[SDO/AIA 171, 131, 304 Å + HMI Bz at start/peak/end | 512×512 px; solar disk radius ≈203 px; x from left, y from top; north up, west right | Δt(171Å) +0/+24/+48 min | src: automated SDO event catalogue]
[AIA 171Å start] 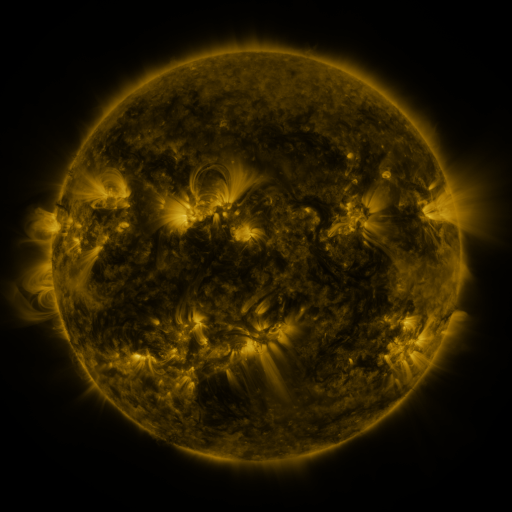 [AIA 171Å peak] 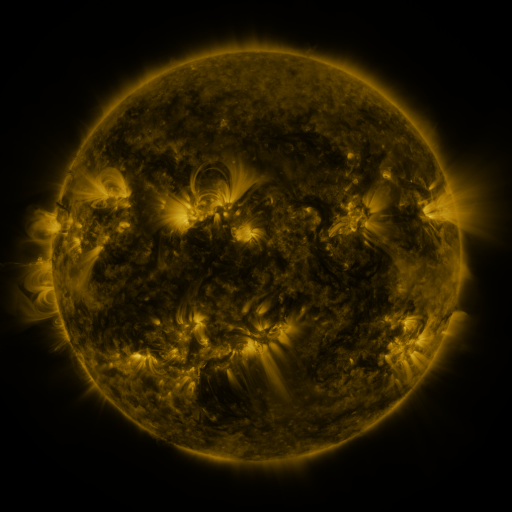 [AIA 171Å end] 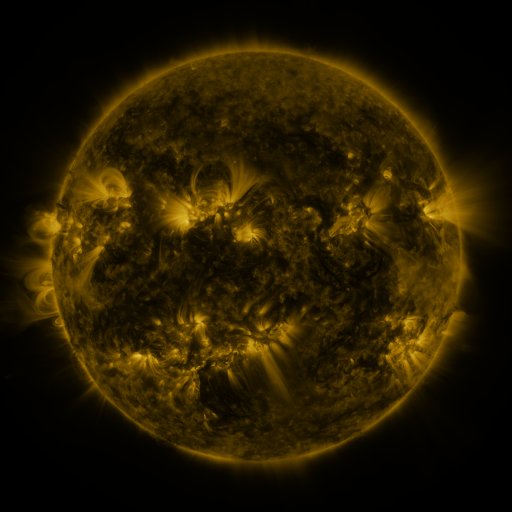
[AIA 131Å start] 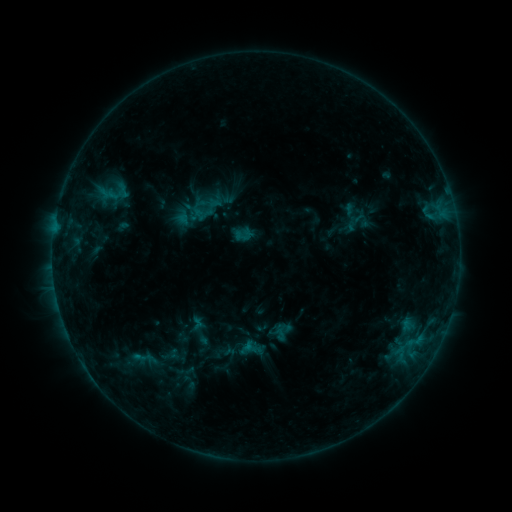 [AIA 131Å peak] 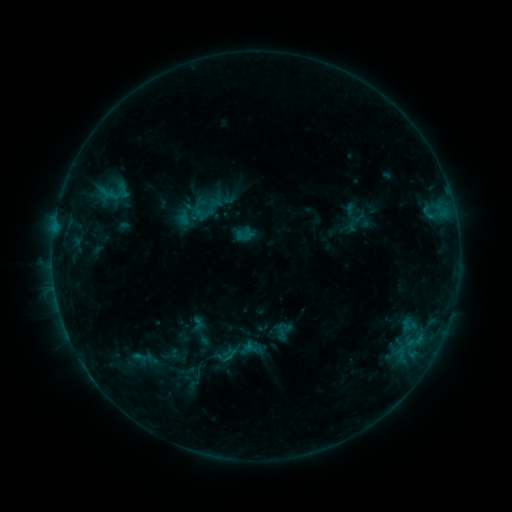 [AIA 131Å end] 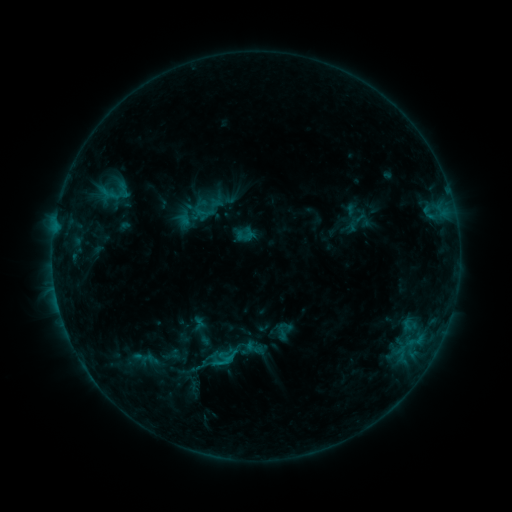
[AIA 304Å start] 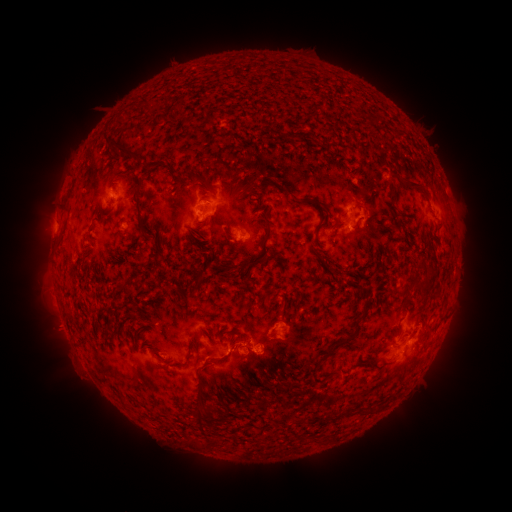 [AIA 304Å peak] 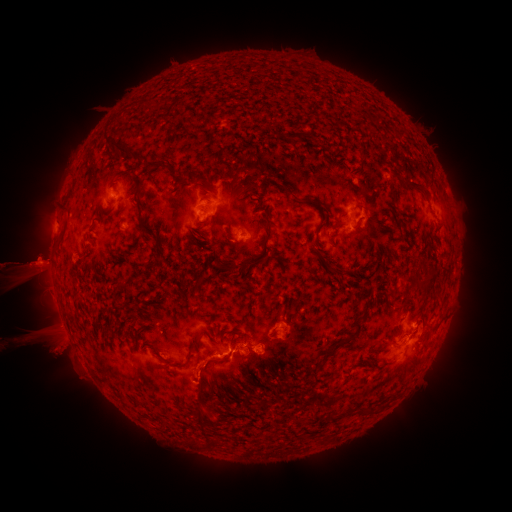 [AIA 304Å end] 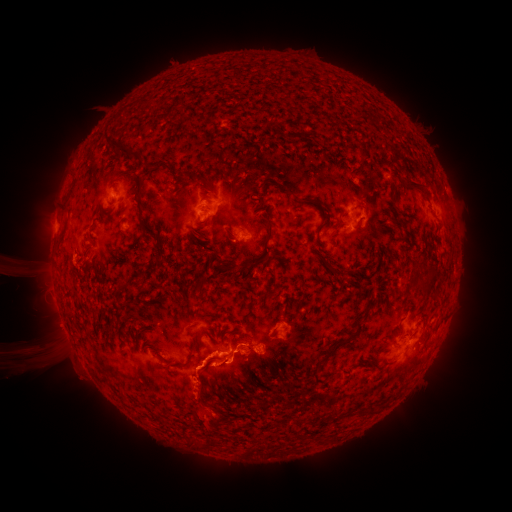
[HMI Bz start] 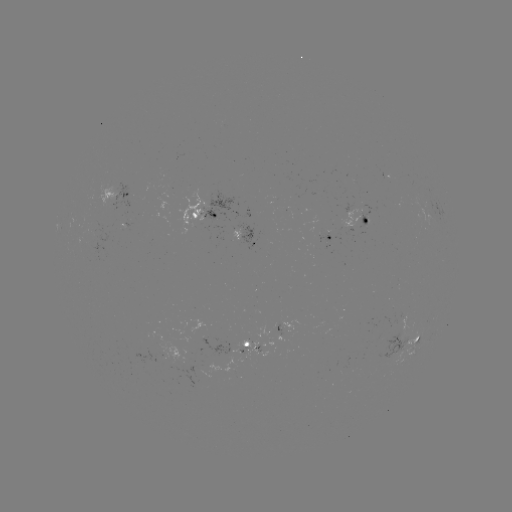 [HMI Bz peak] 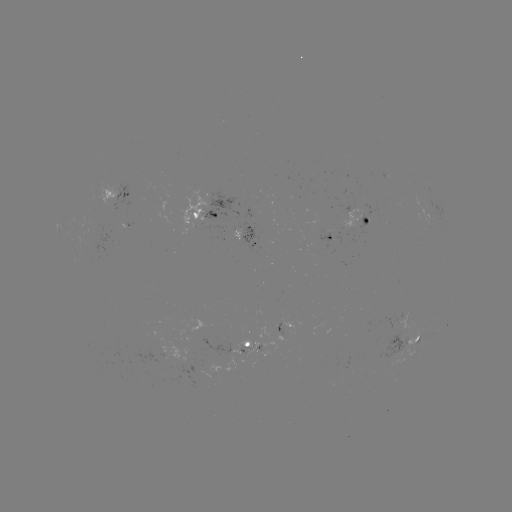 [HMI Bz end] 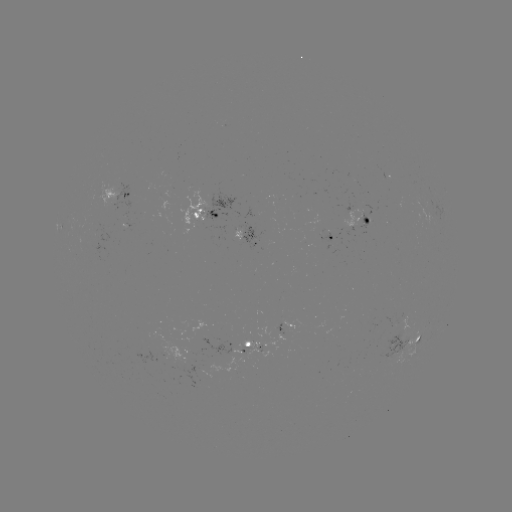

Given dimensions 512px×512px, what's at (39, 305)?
eruption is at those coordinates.